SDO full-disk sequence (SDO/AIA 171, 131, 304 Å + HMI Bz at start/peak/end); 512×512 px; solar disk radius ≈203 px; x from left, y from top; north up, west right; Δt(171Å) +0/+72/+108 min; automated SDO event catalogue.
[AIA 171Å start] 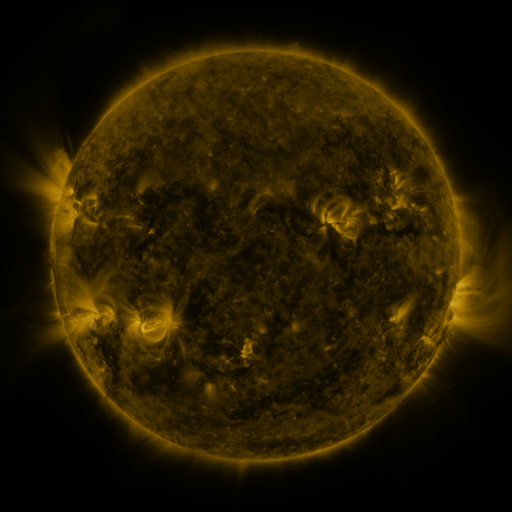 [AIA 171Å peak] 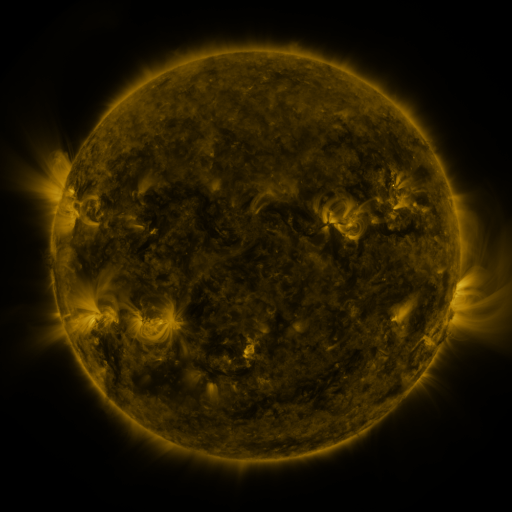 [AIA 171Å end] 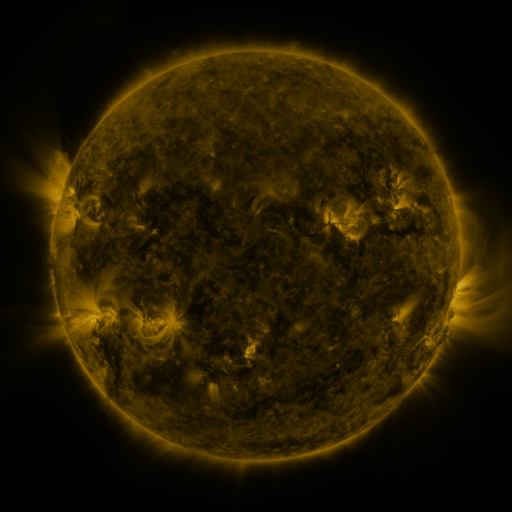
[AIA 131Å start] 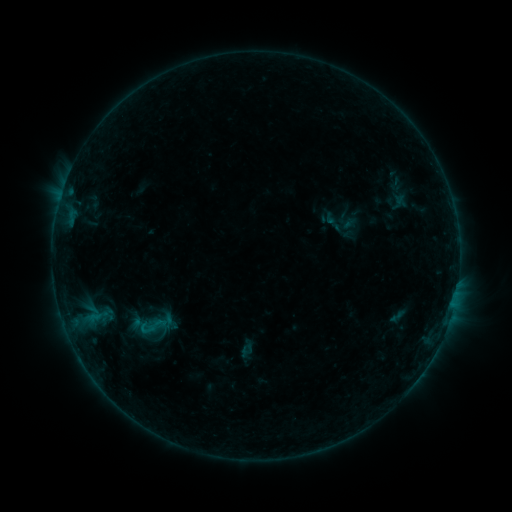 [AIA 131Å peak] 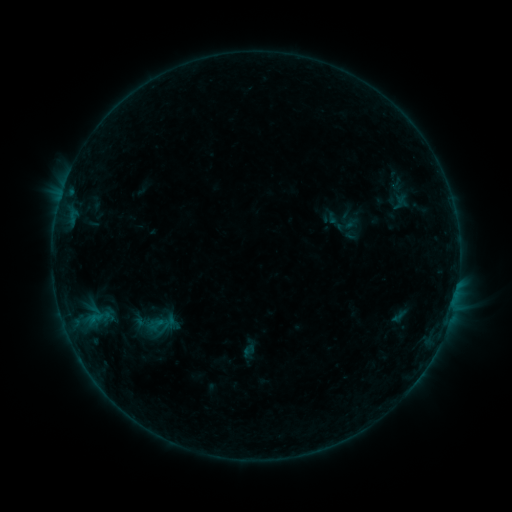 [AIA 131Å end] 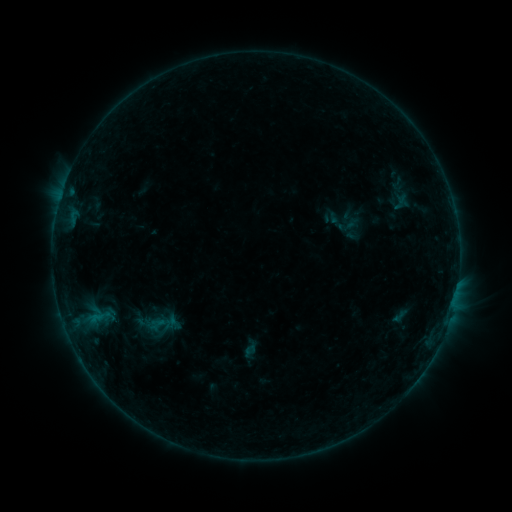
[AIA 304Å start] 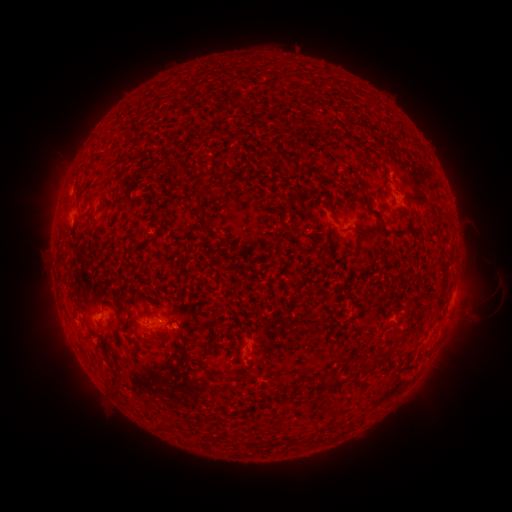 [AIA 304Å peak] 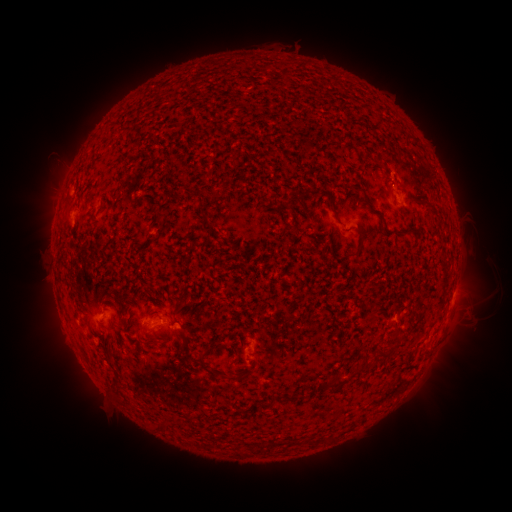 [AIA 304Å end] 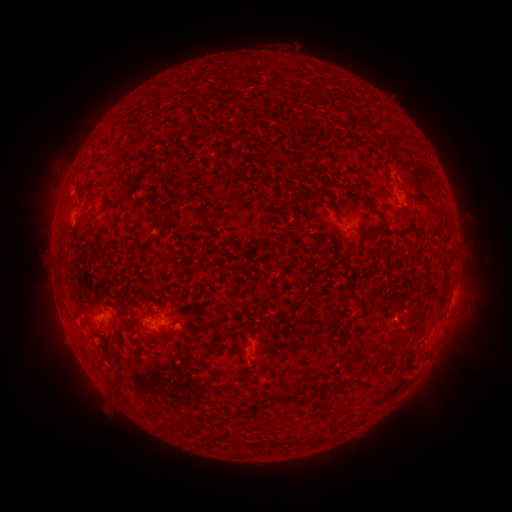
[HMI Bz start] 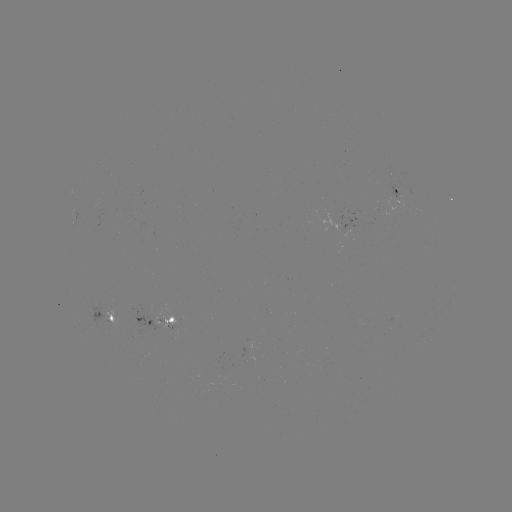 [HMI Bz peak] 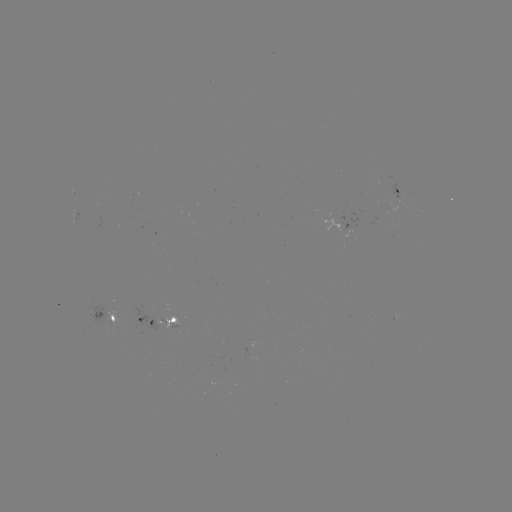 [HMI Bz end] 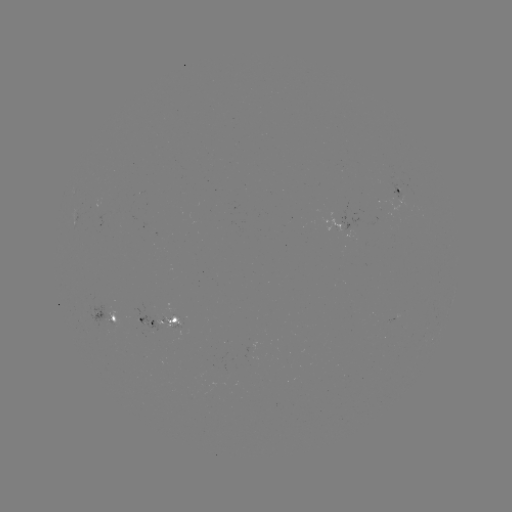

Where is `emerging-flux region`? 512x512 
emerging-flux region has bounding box [99, 308, 123, 337].